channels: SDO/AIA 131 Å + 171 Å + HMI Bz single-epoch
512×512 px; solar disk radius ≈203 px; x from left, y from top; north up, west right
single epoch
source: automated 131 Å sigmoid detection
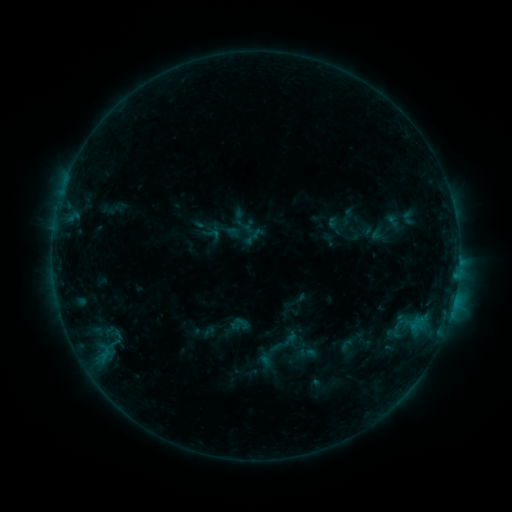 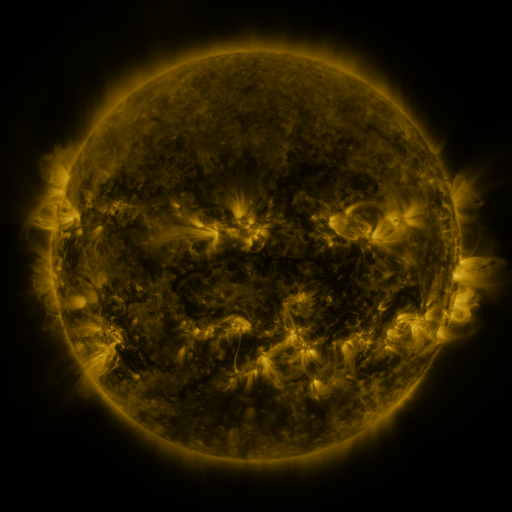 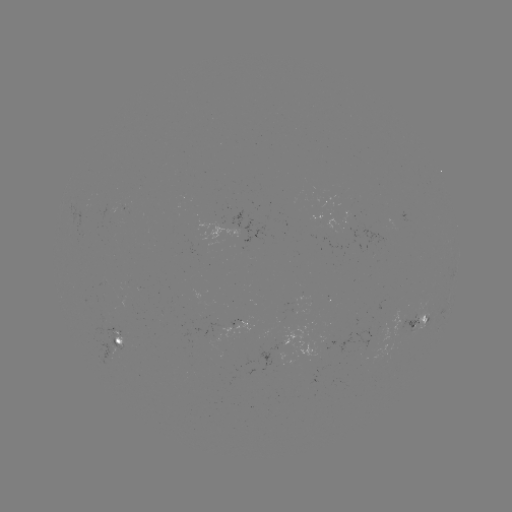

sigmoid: (96, 319, 128, 346)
